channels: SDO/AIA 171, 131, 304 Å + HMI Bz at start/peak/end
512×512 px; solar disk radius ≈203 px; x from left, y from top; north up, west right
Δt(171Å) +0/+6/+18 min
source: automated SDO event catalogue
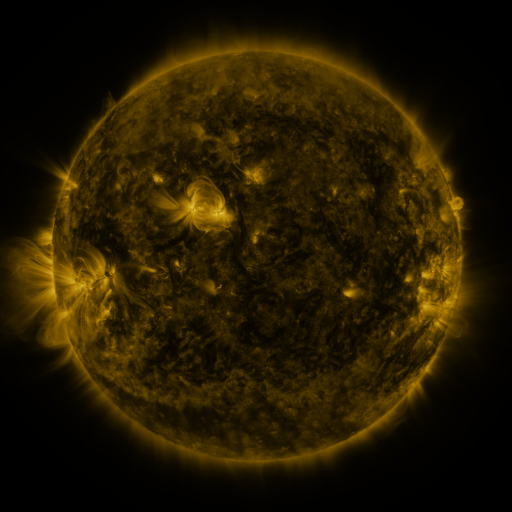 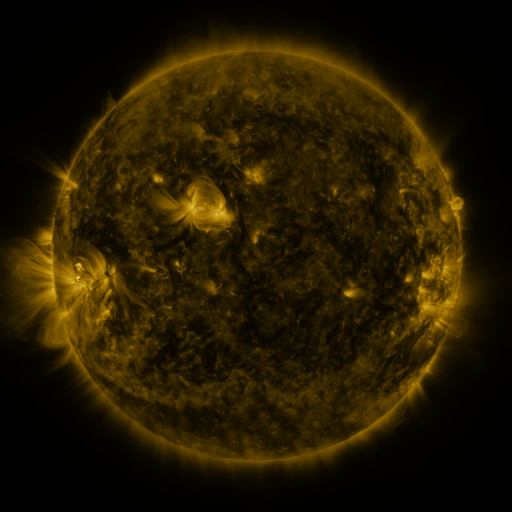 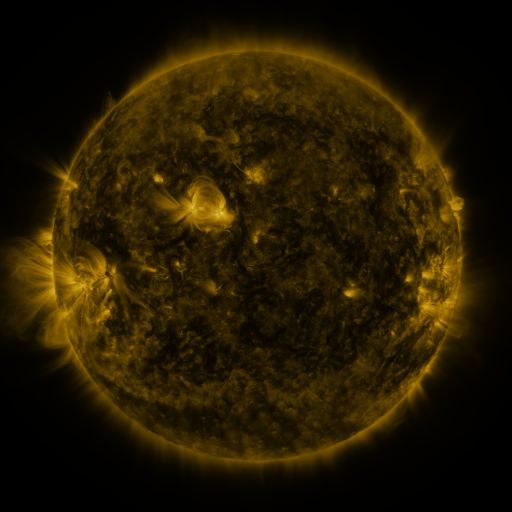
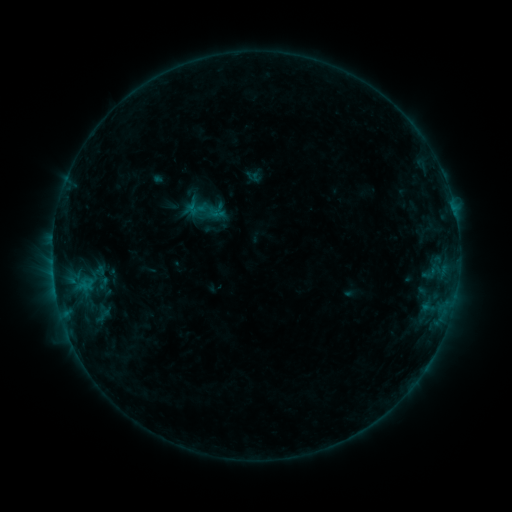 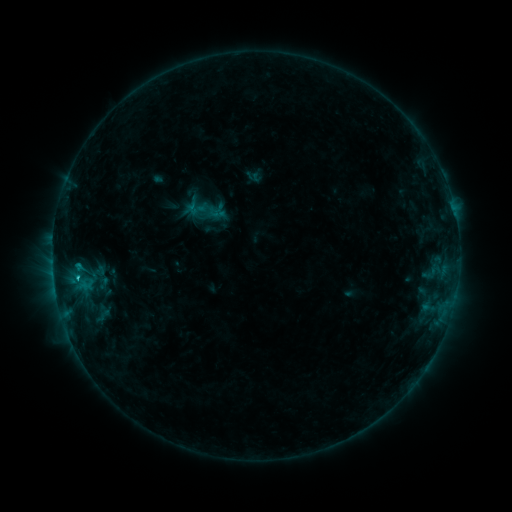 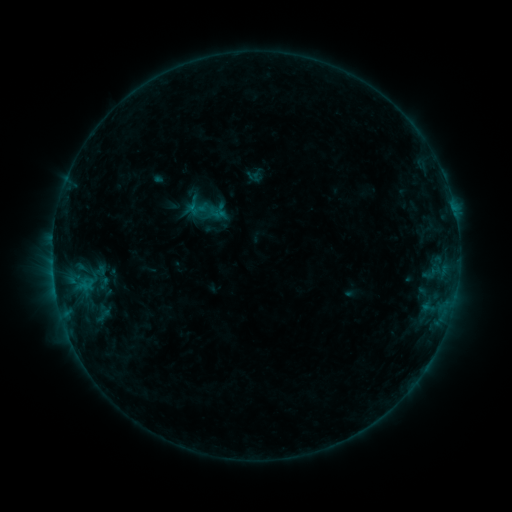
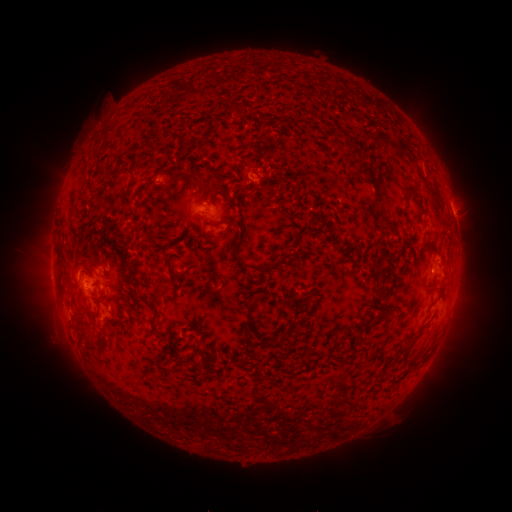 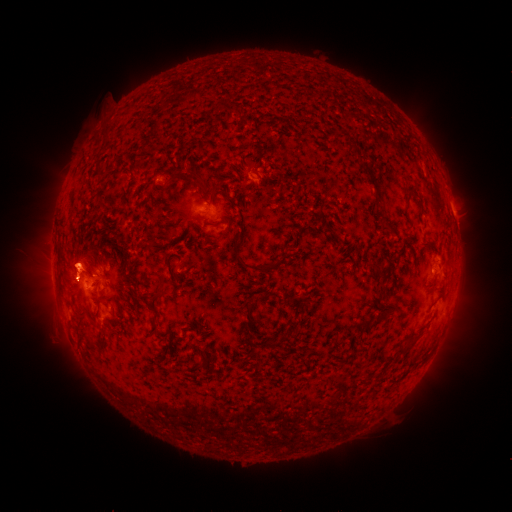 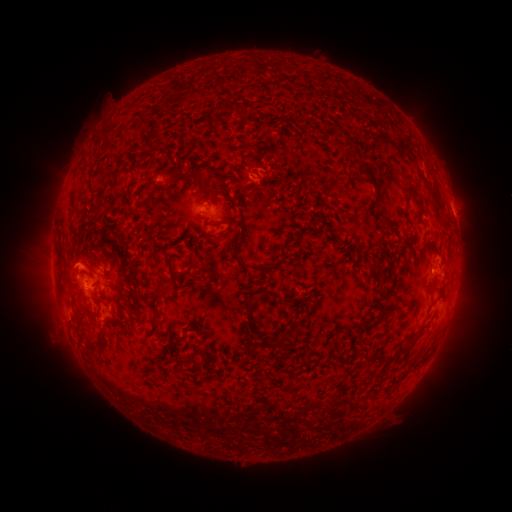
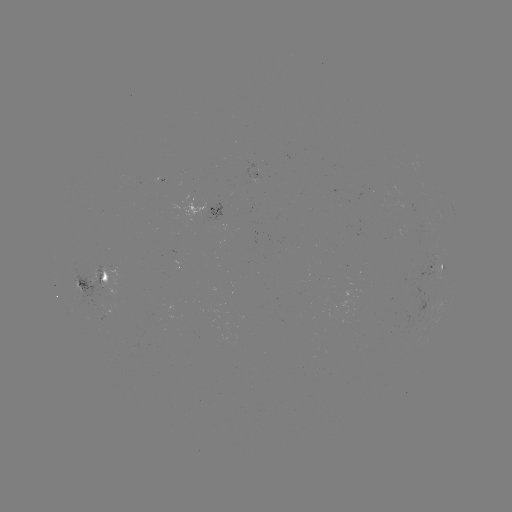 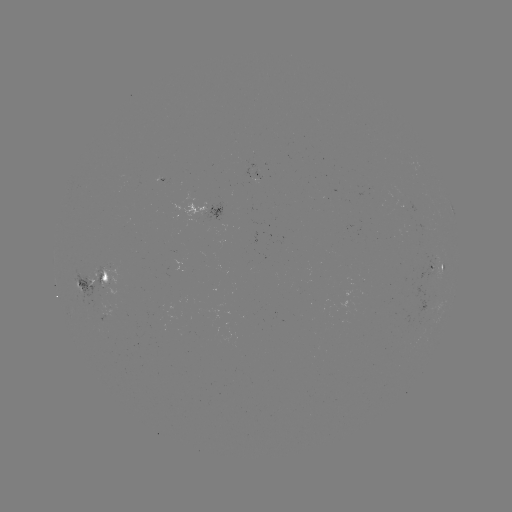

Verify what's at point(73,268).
eruption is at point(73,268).